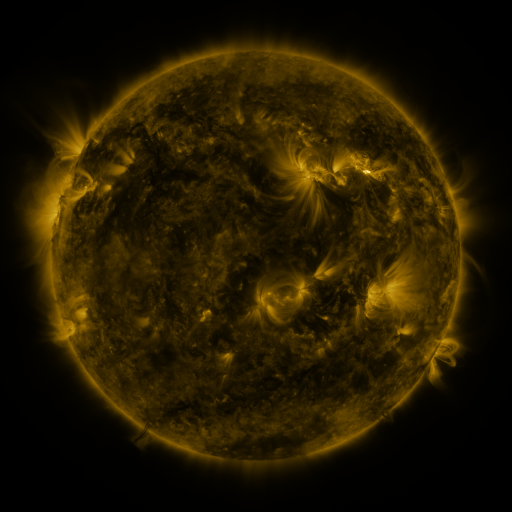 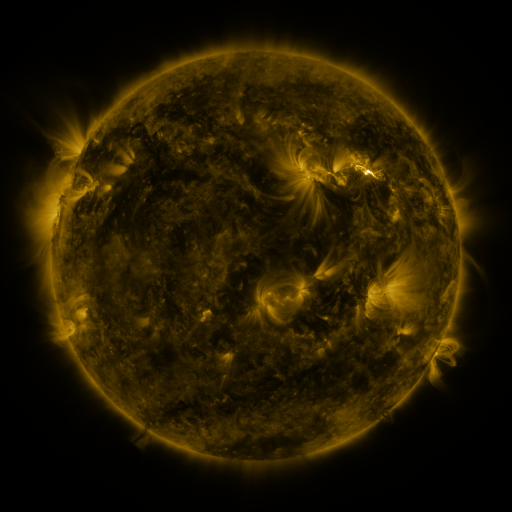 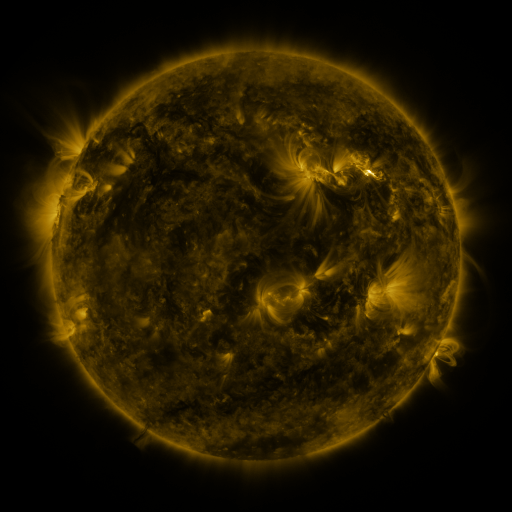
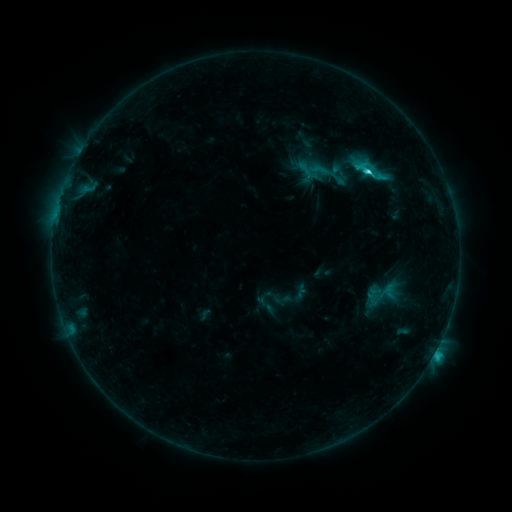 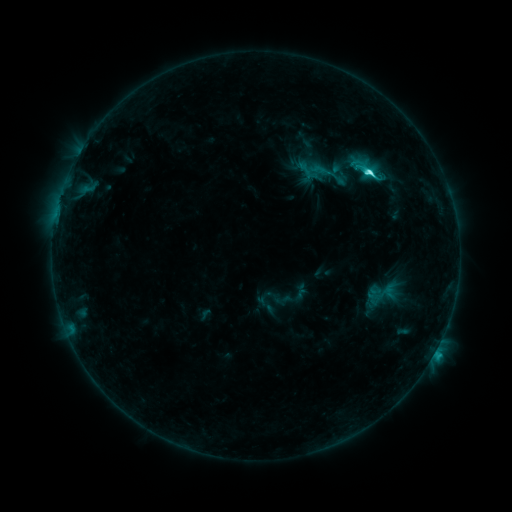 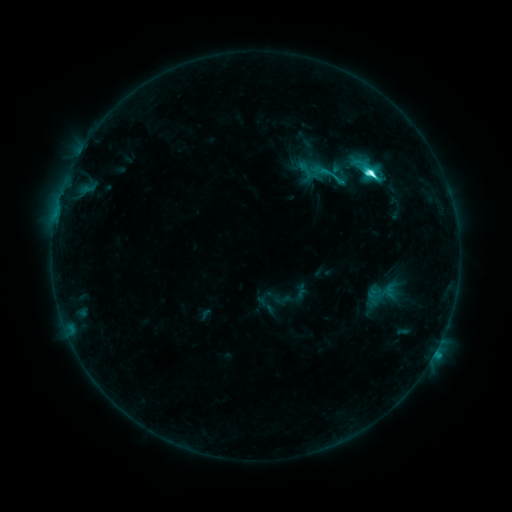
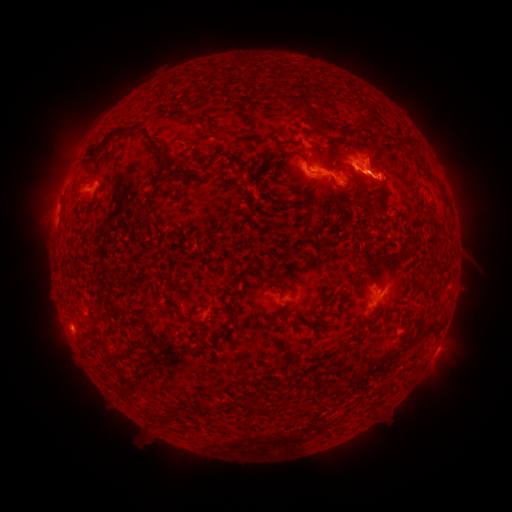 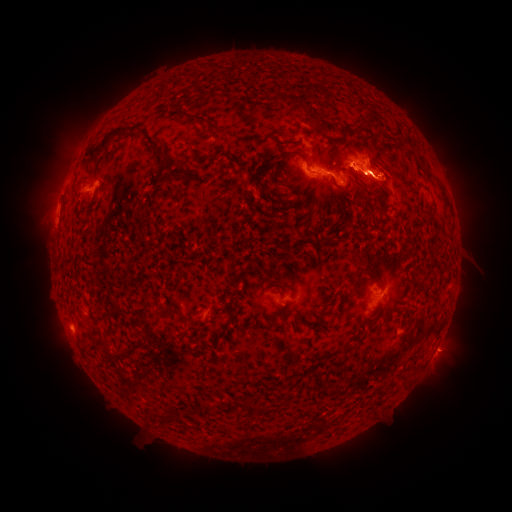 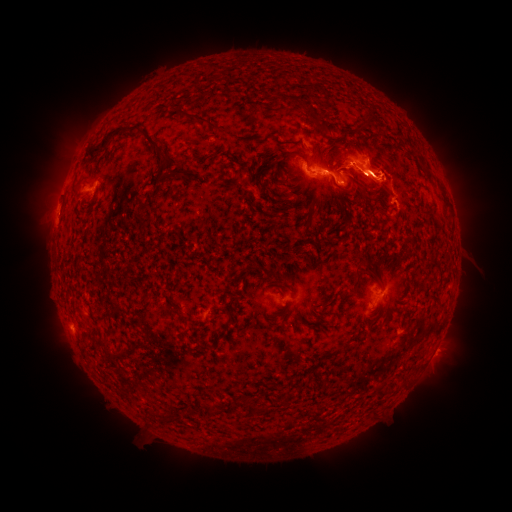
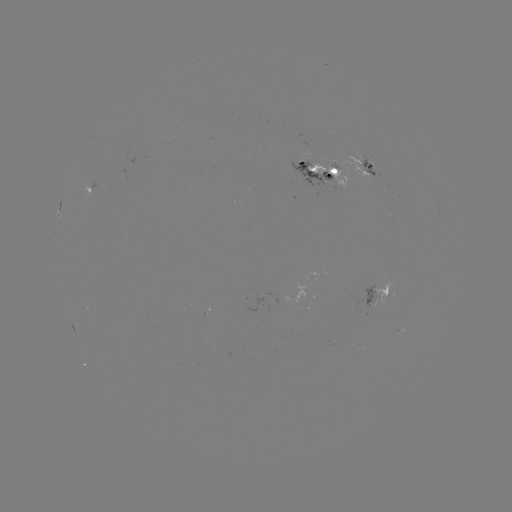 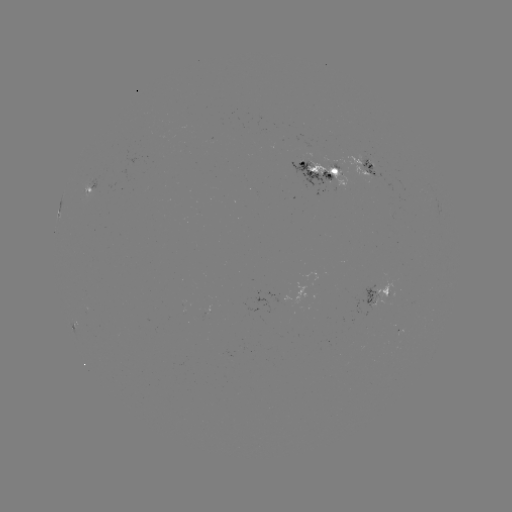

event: eruption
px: (391, 171)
